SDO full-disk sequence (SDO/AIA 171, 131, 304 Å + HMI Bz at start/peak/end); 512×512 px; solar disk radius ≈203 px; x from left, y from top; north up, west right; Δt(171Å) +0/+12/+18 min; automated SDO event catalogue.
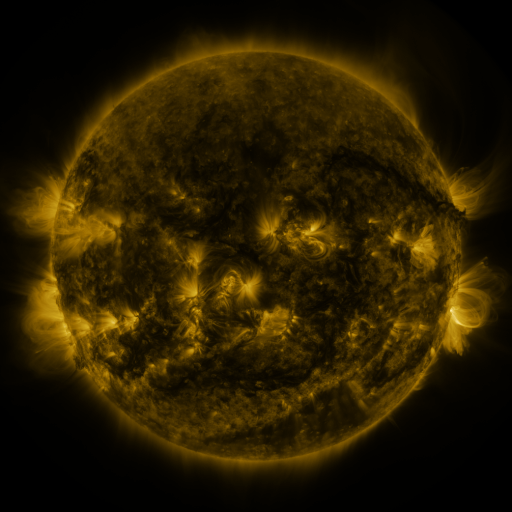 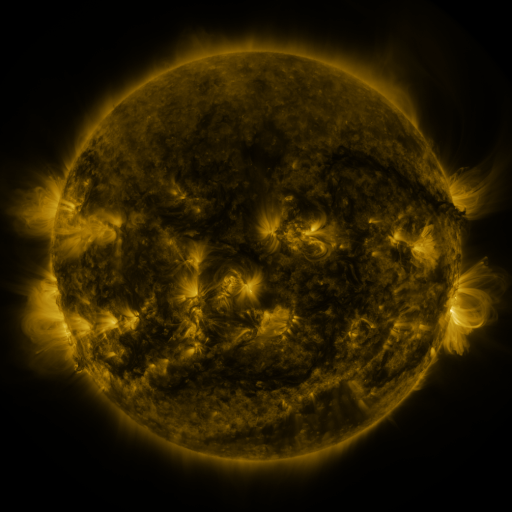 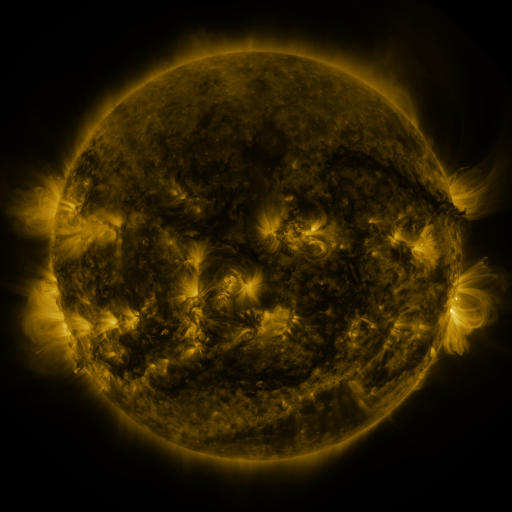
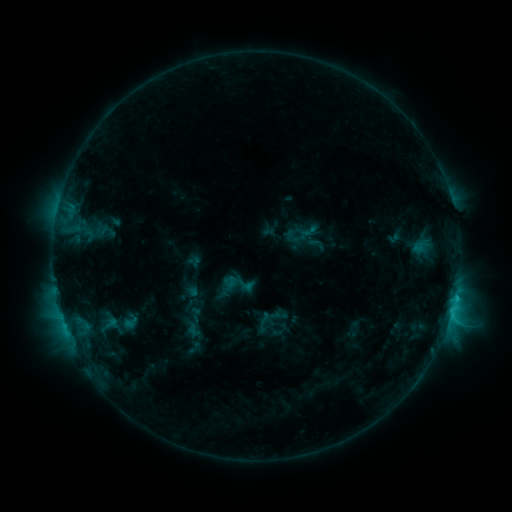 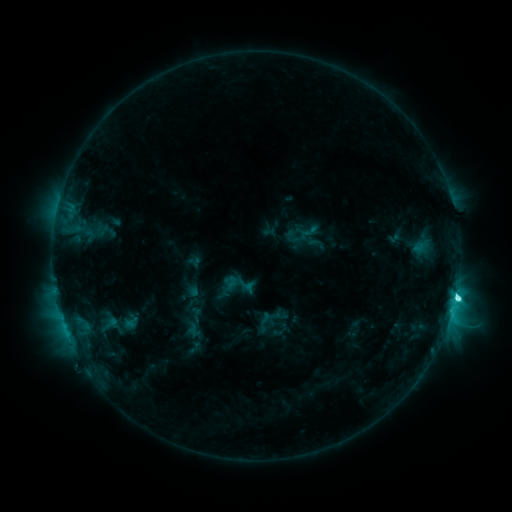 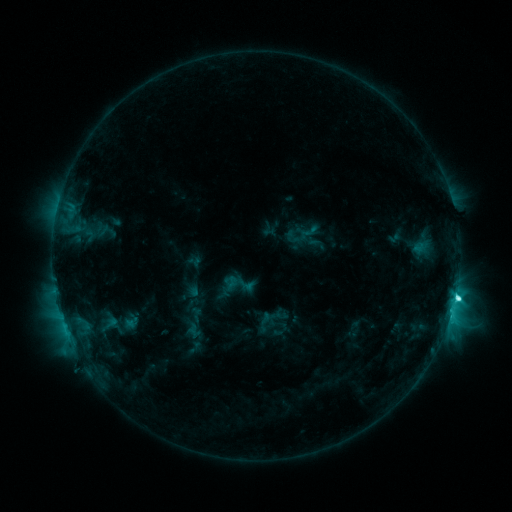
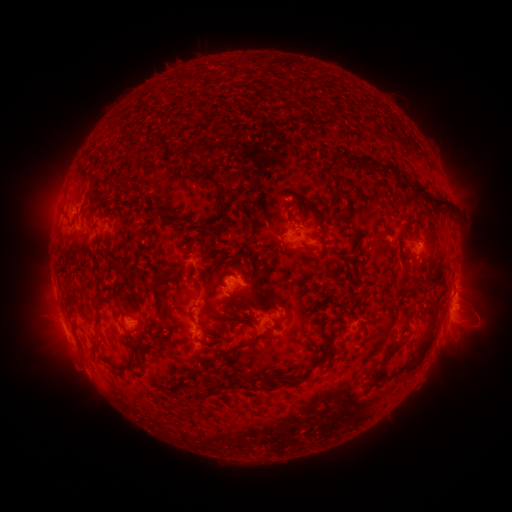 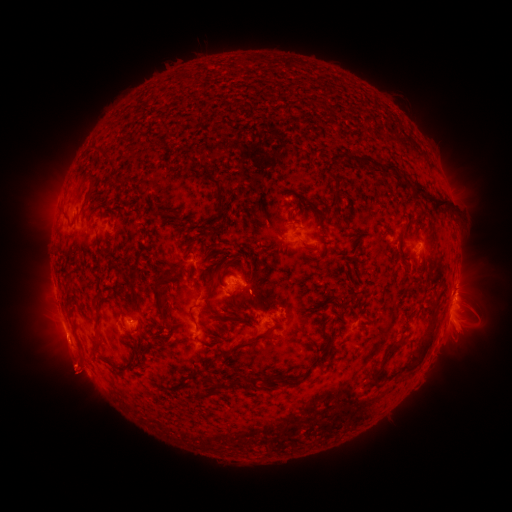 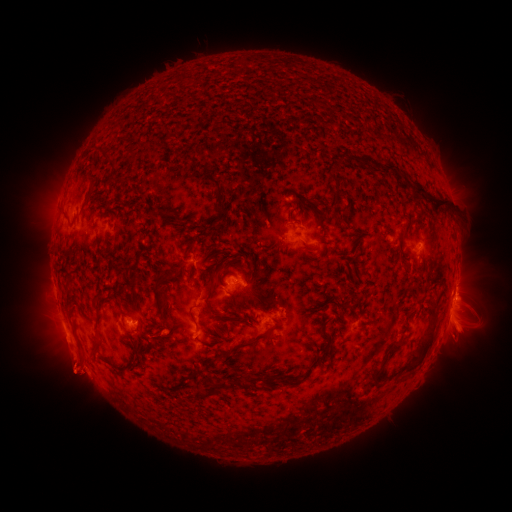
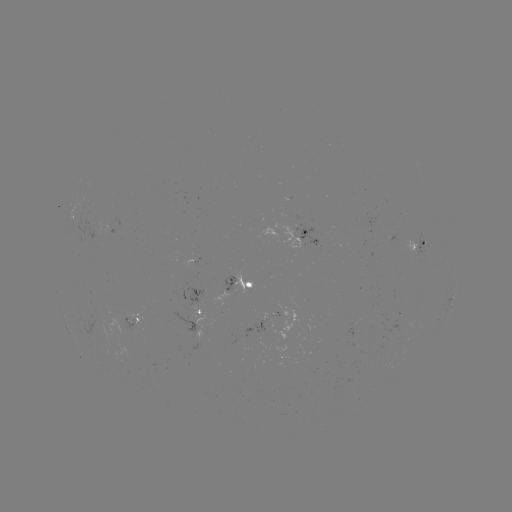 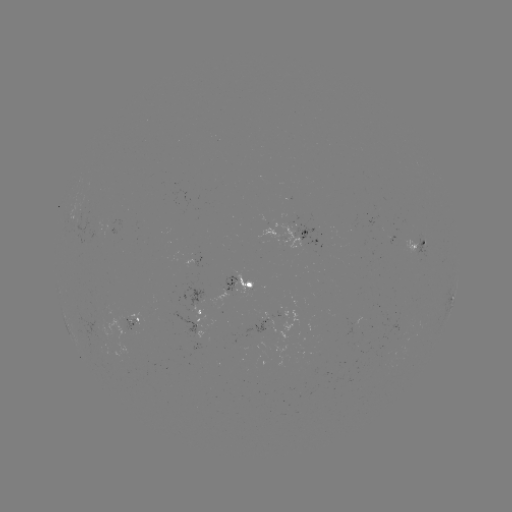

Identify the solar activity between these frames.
C5.7 flare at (455, 295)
